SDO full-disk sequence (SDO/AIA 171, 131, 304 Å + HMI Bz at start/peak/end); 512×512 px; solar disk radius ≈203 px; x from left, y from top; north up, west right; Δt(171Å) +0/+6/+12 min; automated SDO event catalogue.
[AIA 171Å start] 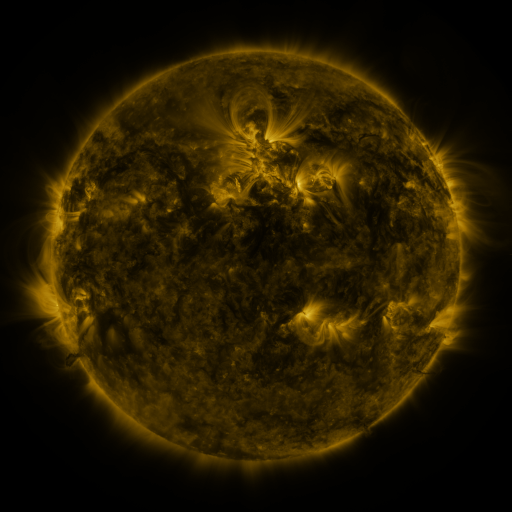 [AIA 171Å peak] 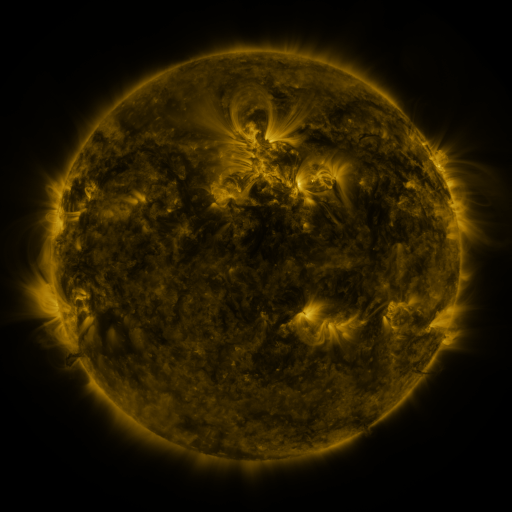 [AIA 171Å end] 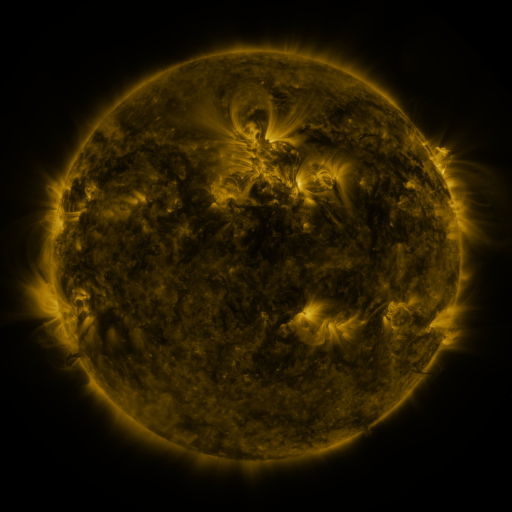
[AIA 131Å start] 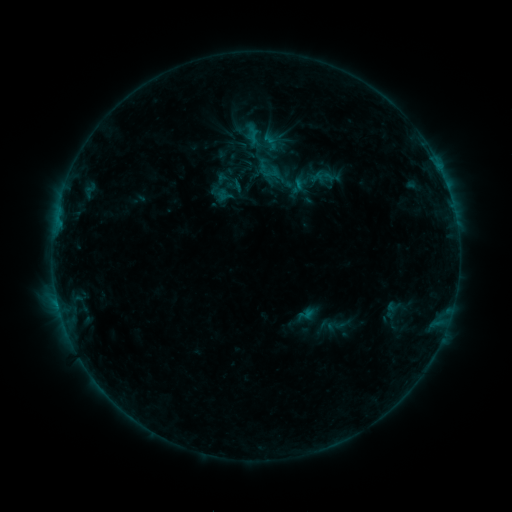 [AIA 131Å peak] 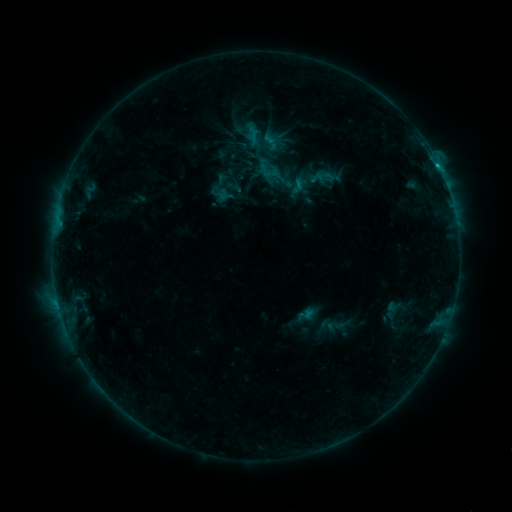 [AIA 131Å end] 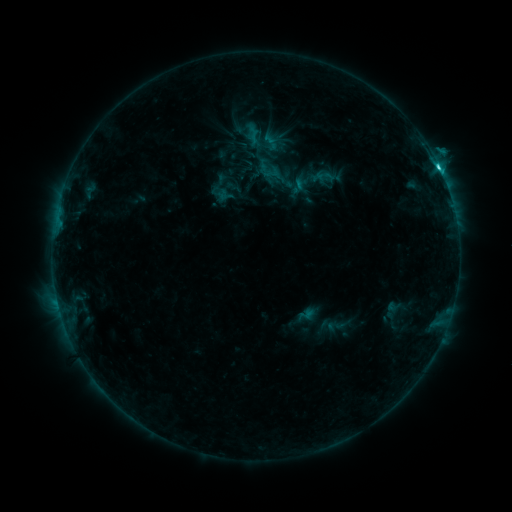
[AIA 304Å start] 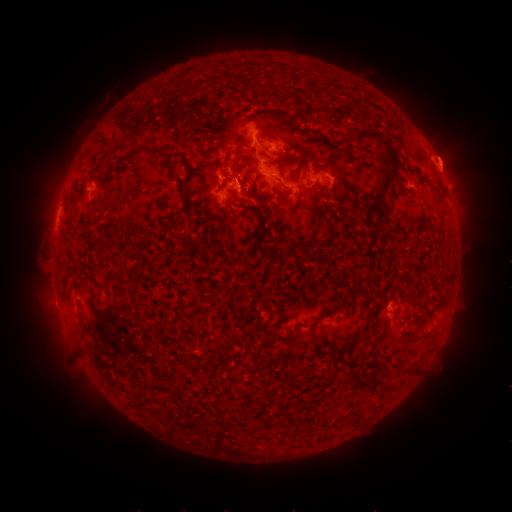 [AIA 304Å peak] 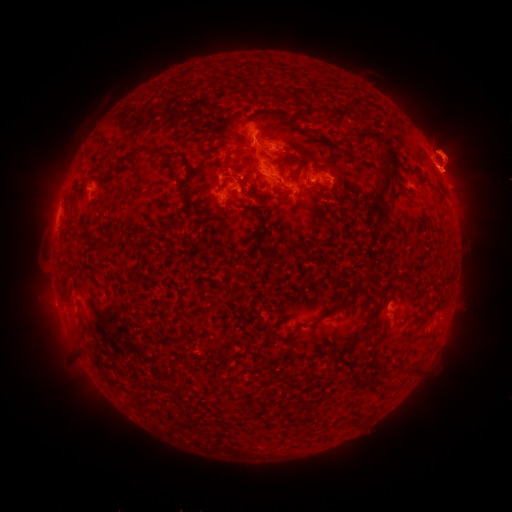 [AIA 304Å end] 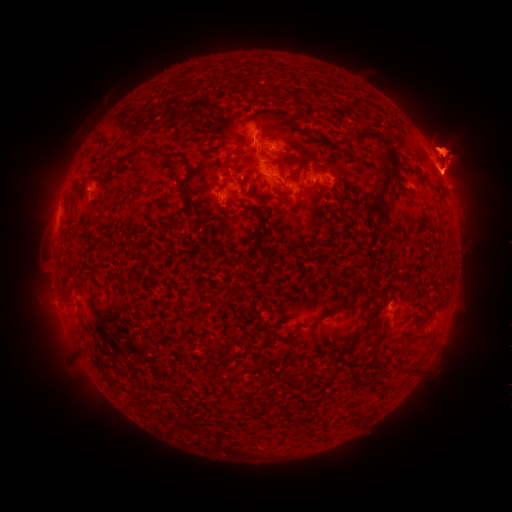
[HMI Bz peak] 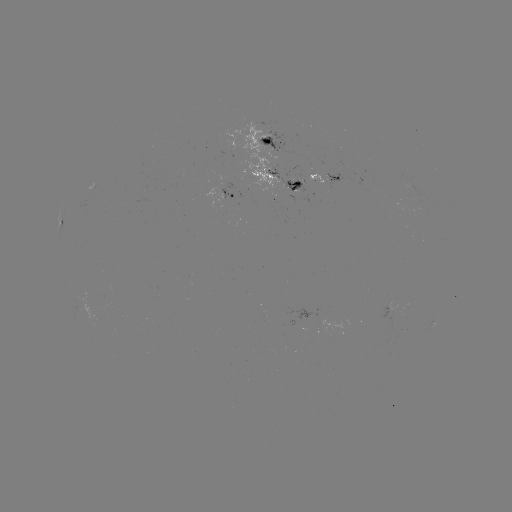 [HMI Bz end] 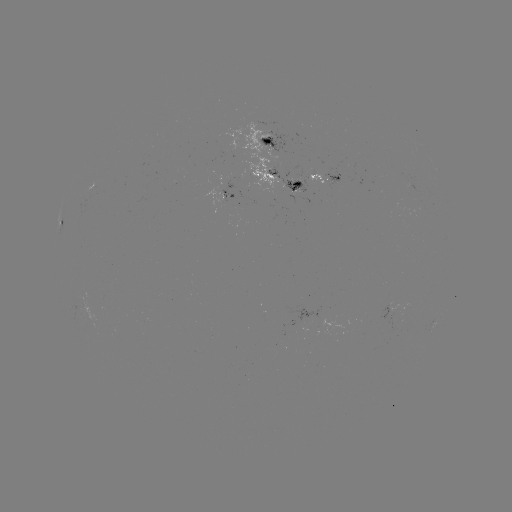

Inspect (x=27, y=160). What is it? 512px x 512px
eruption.